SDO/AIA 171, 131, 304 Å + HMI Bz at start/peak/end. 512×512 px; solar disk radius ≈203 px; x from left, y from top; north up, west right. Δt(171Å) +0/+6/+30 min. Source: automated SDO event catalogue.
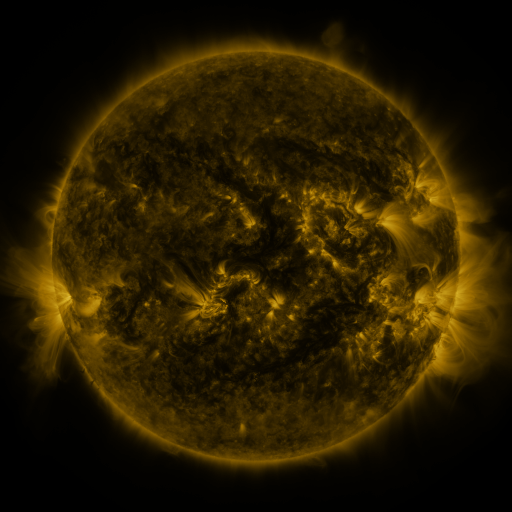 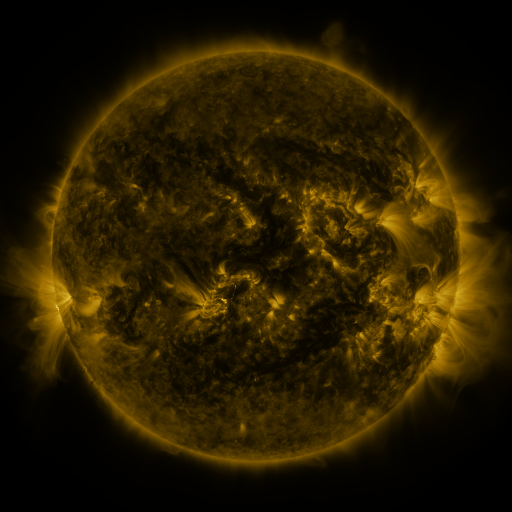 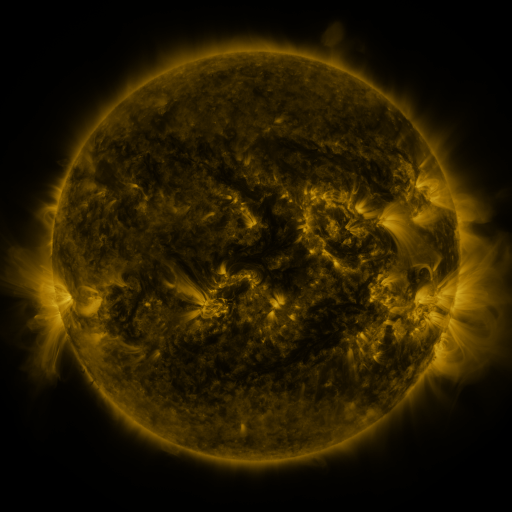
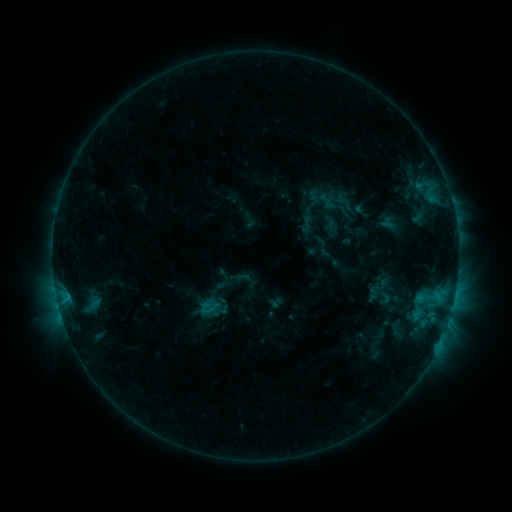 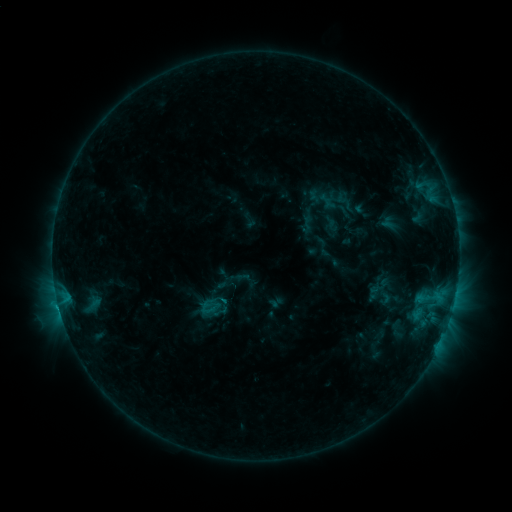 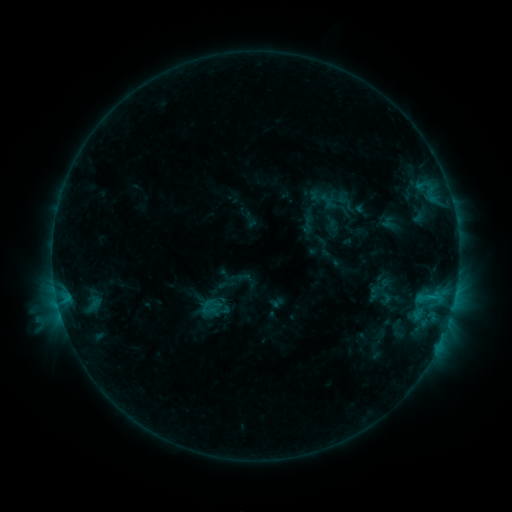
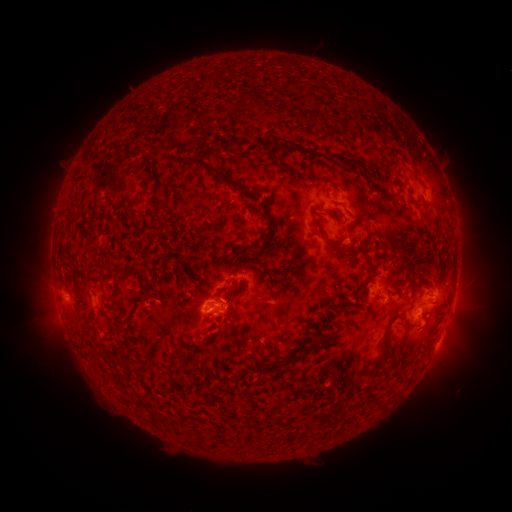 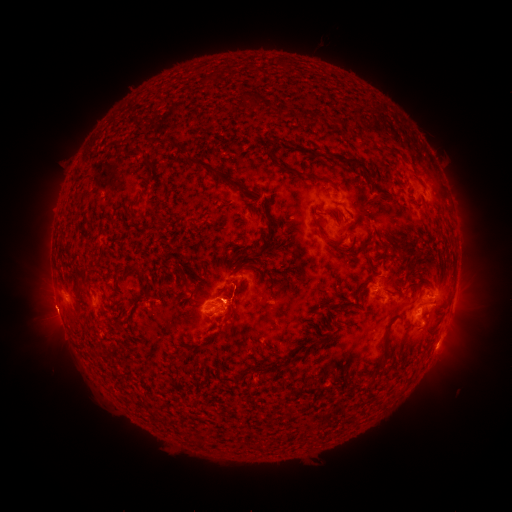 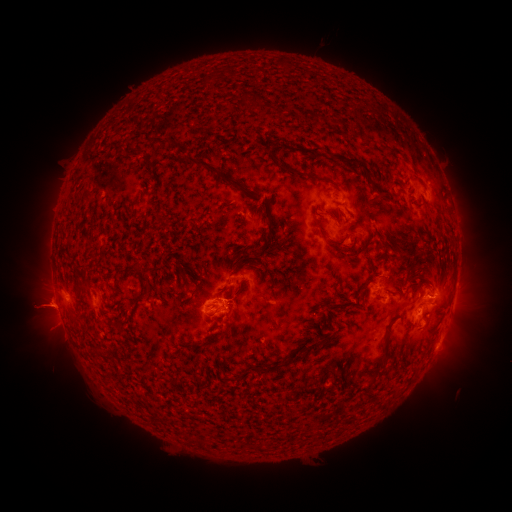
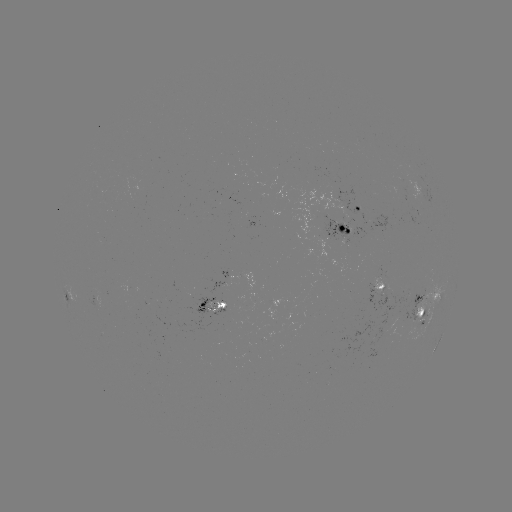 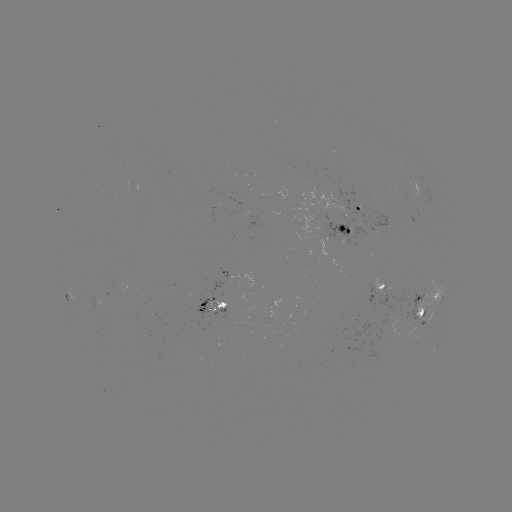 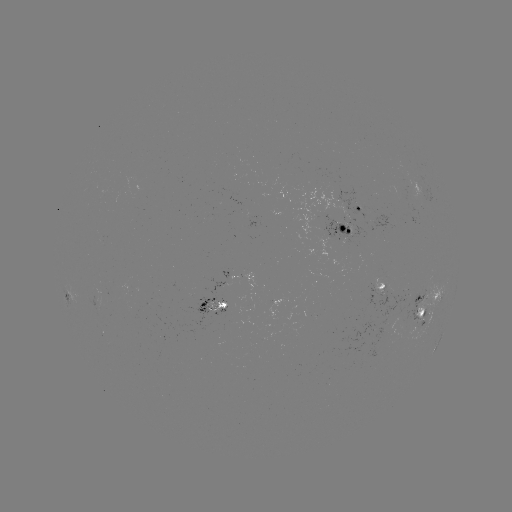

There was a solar flare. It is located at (58, 301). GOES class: C2.0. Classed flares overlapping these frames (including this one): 1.